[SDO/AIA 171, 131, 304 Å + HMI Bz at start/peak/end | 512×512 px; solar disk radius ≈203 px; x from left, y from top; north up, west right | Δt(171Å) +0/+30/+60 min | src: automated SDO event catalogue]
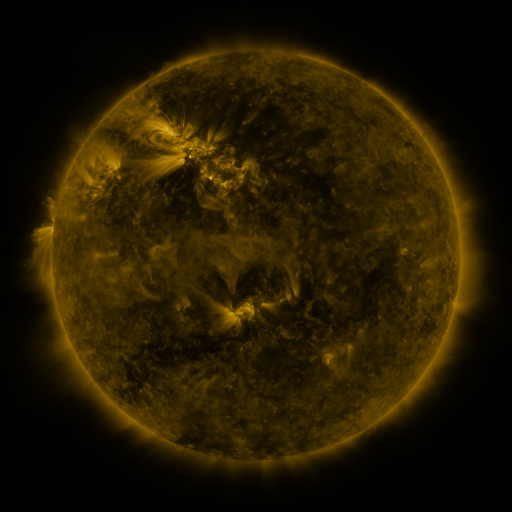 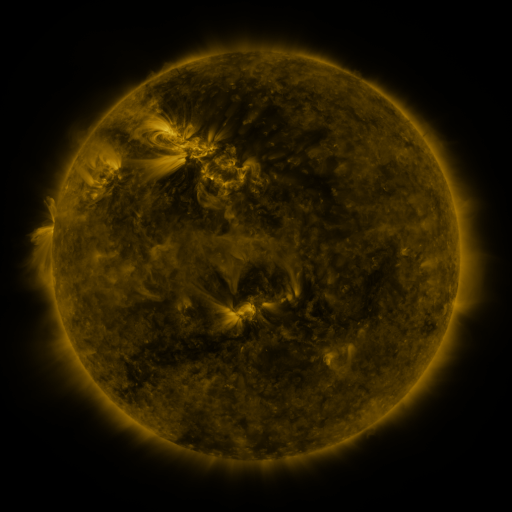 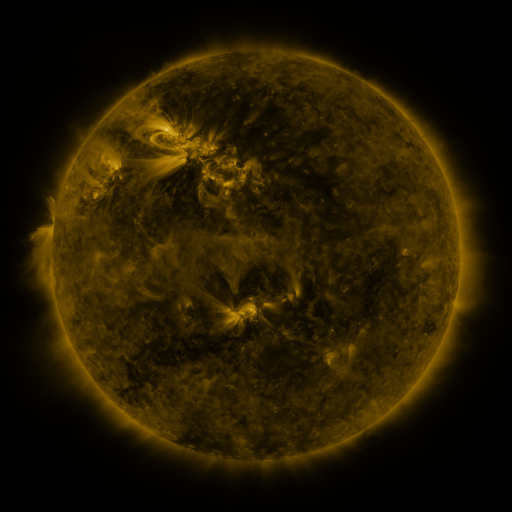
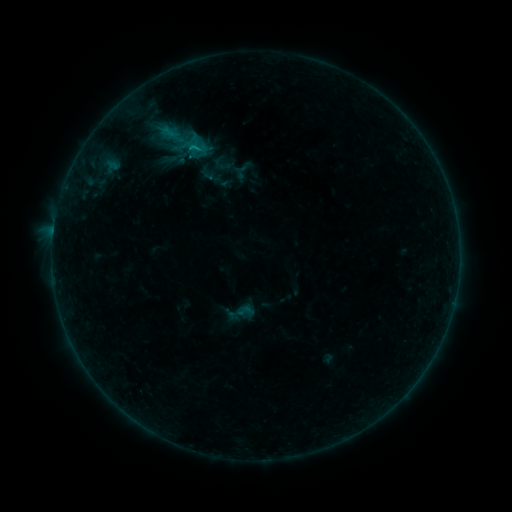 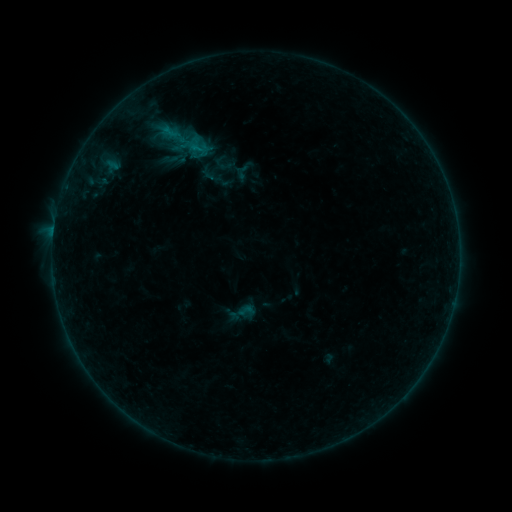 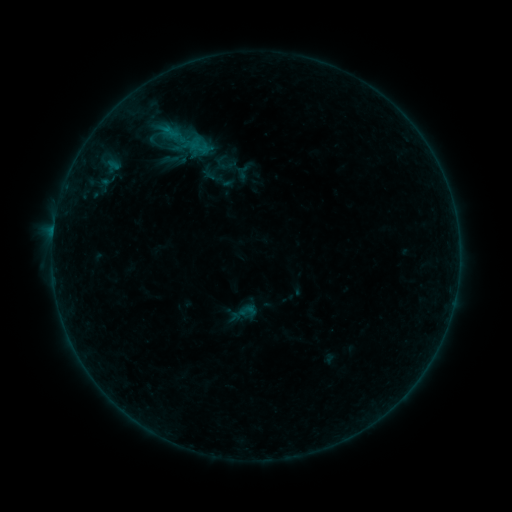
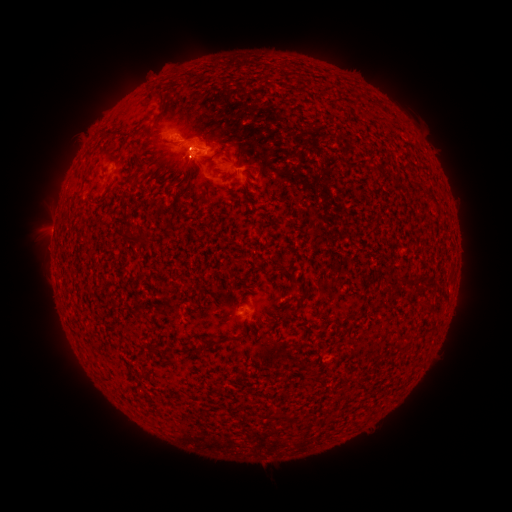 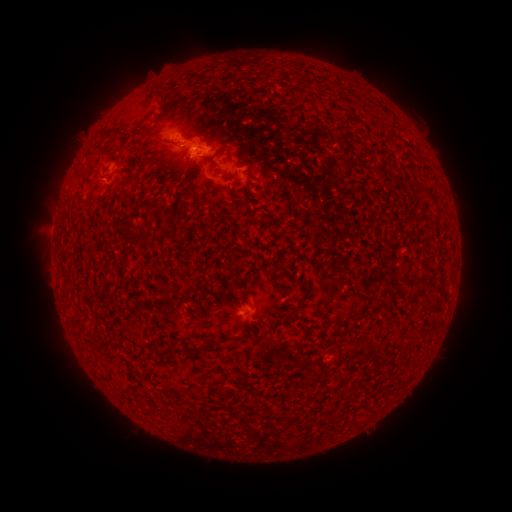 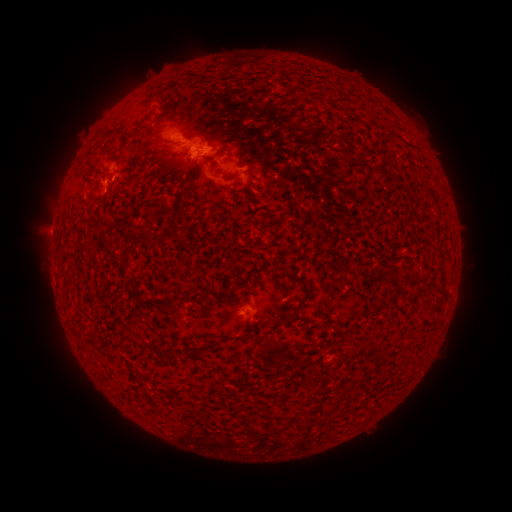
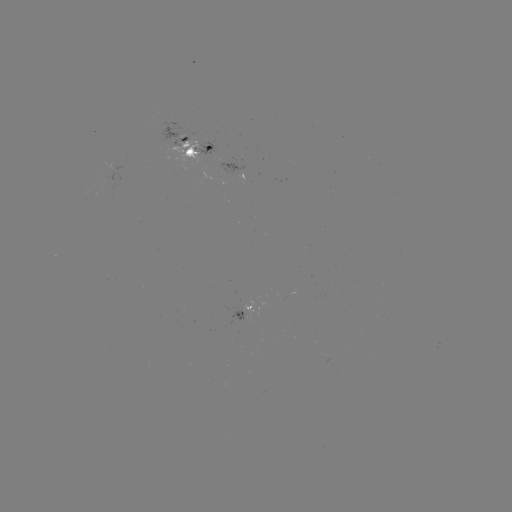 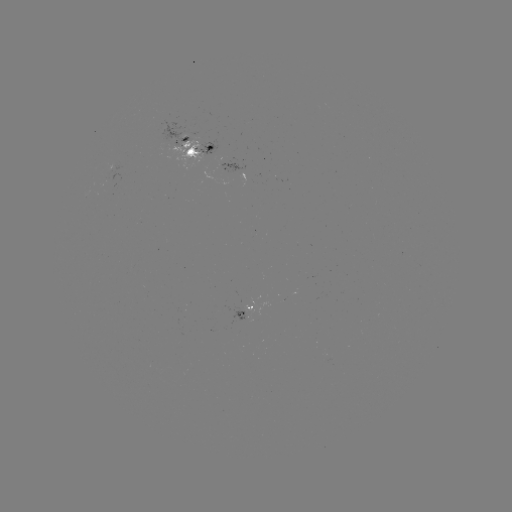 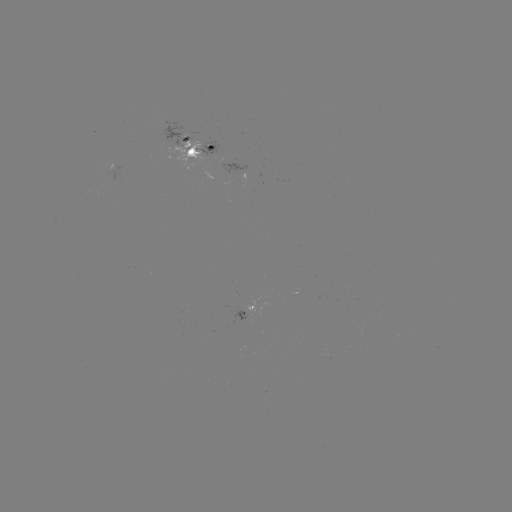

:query emerging-flux region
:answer (205, 152)